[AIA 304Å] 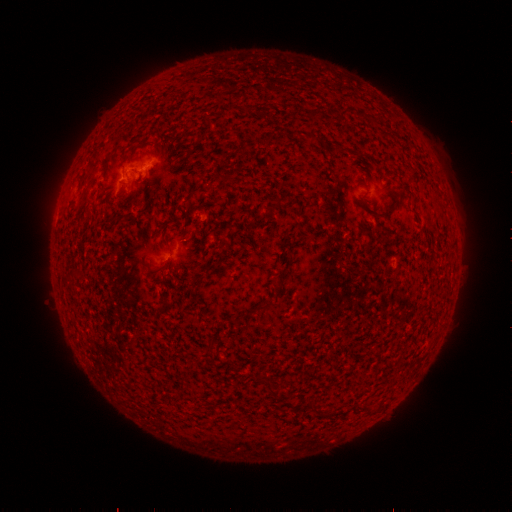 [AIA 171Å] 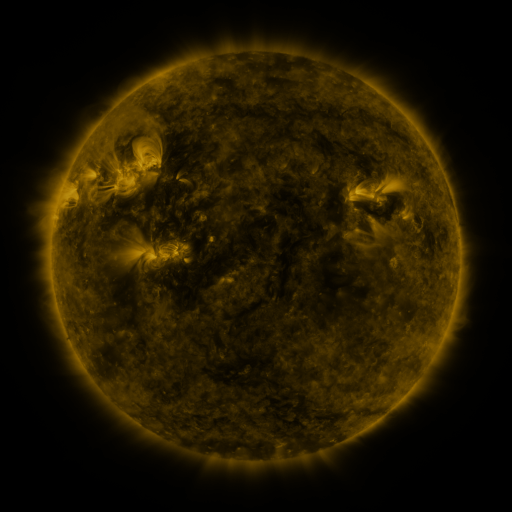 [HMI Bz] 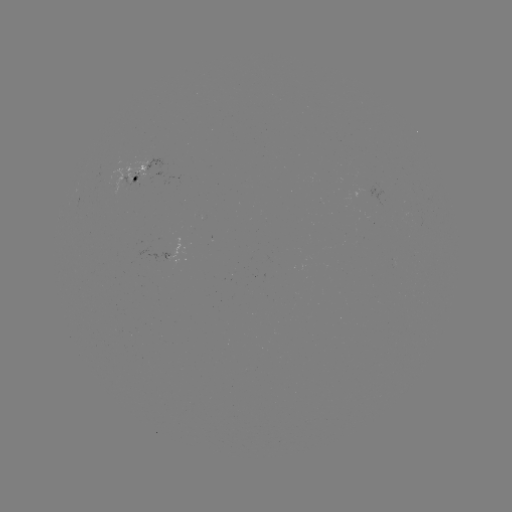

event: spotted active region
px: (145, 170)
